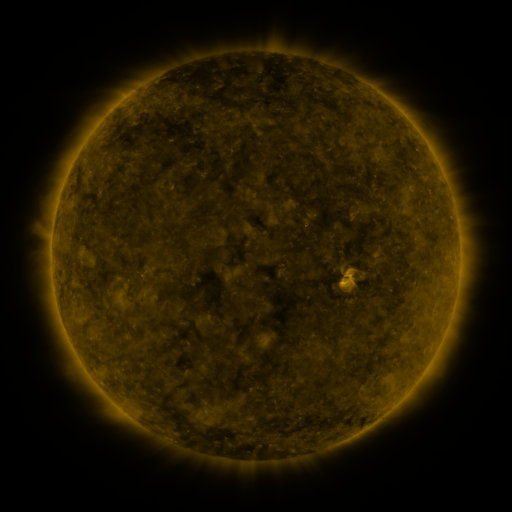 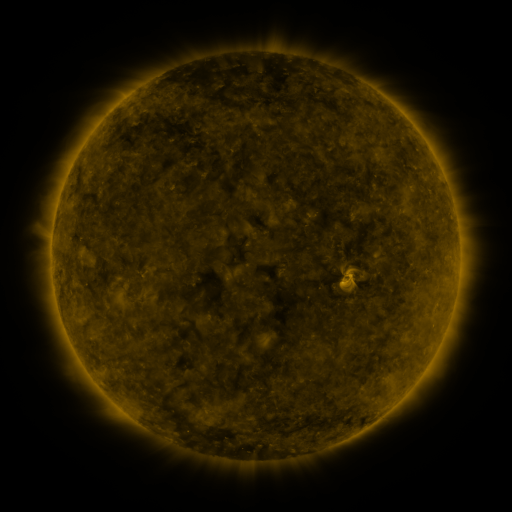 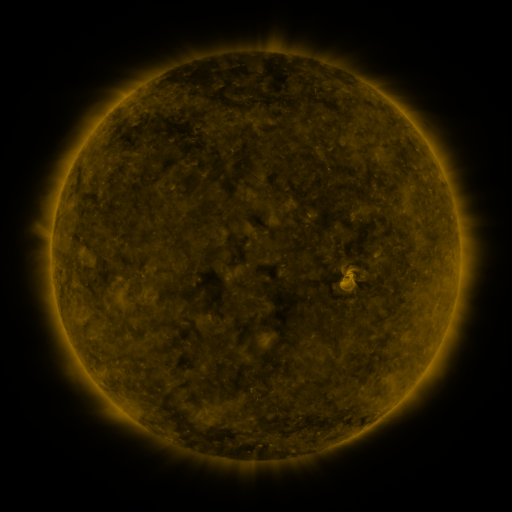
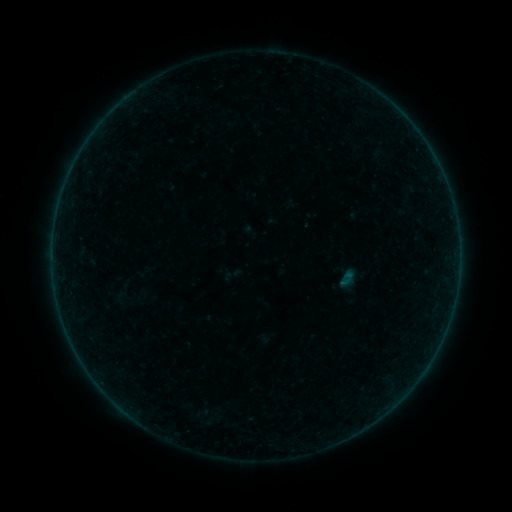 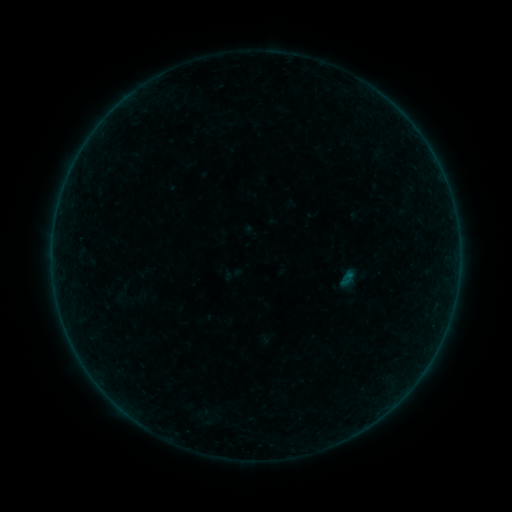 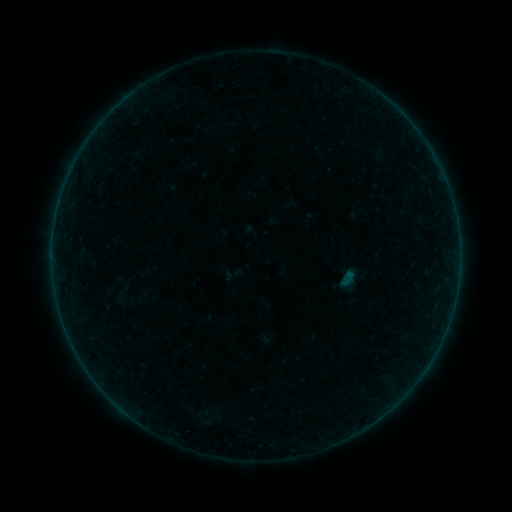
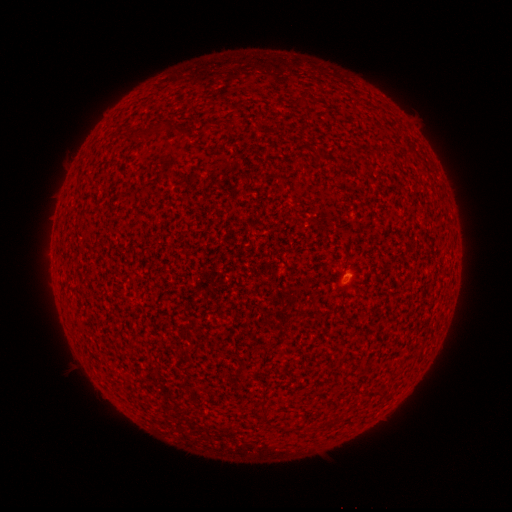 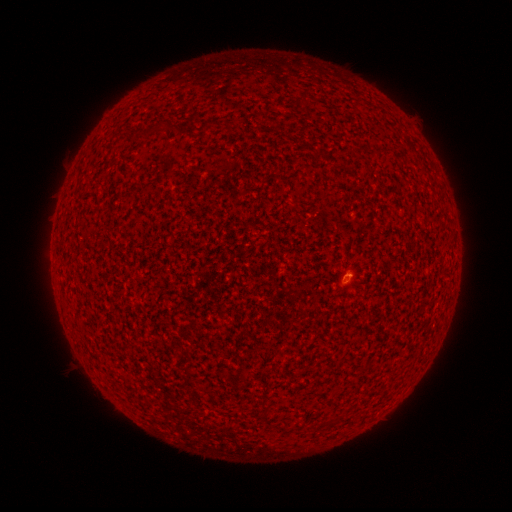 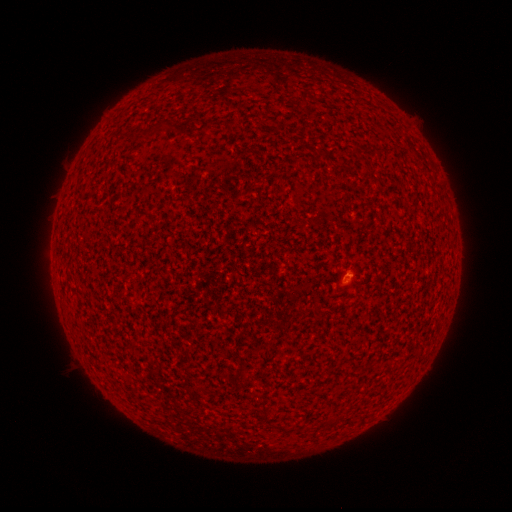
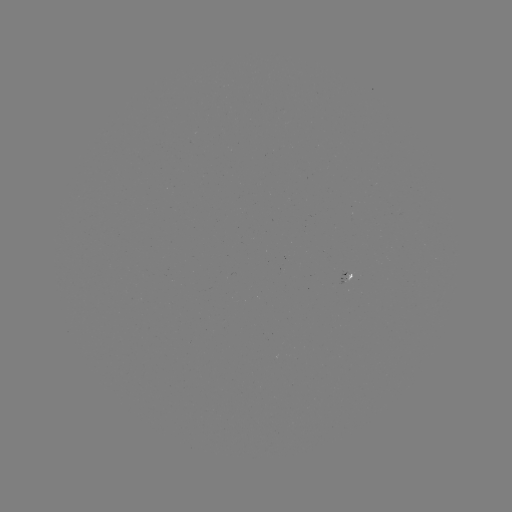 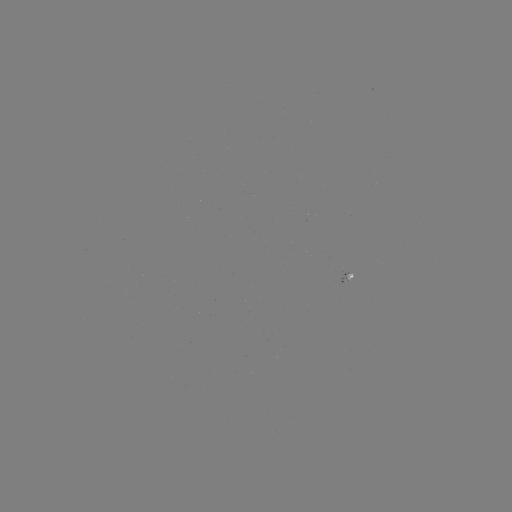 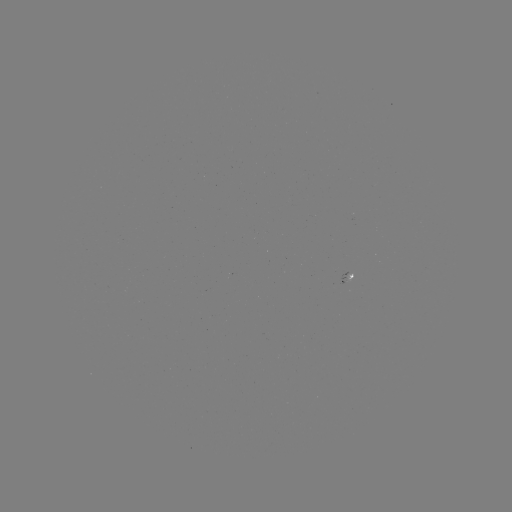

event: flare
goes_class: A4.5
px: (348, 275)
